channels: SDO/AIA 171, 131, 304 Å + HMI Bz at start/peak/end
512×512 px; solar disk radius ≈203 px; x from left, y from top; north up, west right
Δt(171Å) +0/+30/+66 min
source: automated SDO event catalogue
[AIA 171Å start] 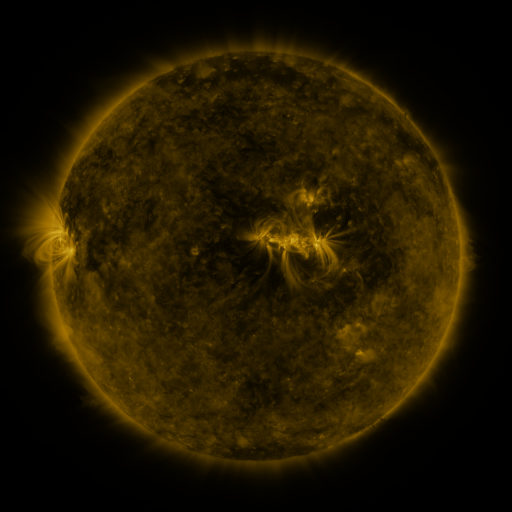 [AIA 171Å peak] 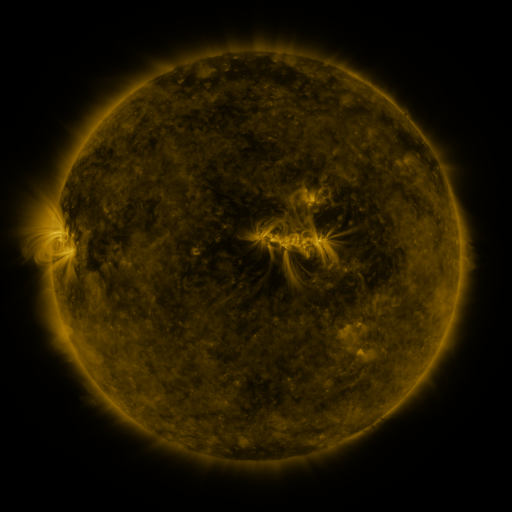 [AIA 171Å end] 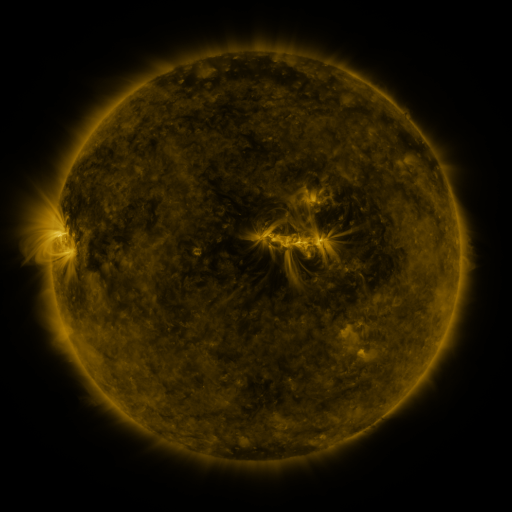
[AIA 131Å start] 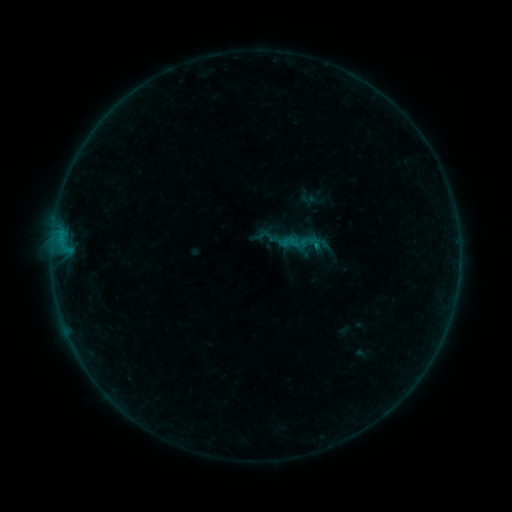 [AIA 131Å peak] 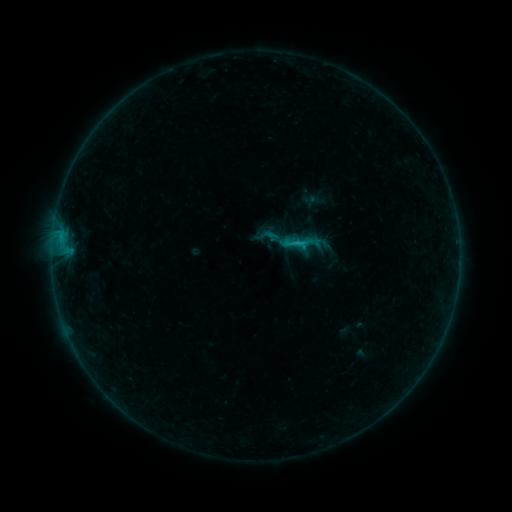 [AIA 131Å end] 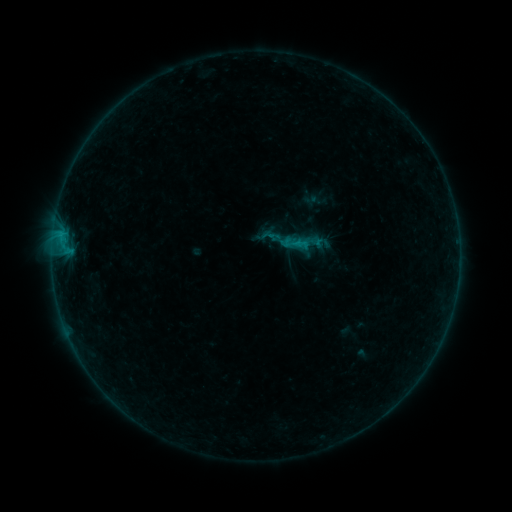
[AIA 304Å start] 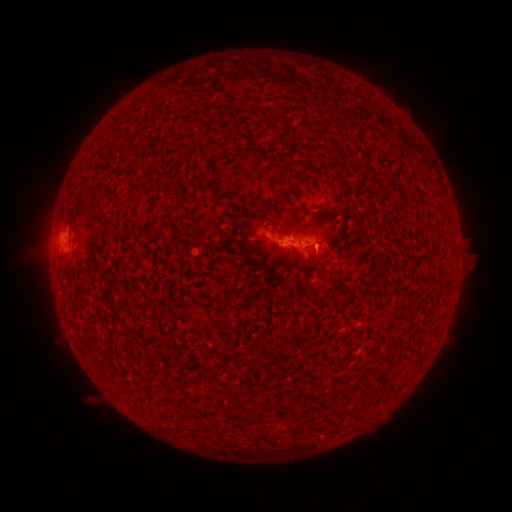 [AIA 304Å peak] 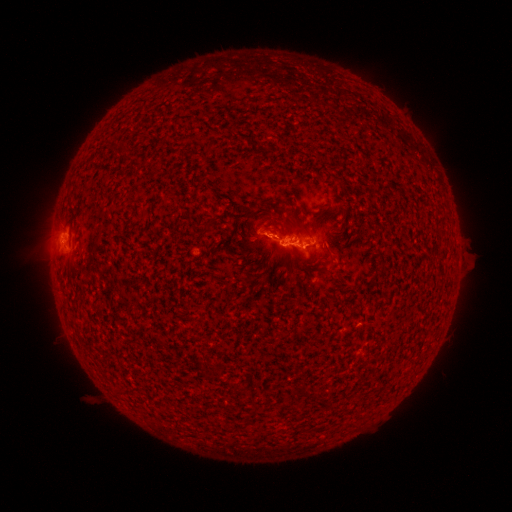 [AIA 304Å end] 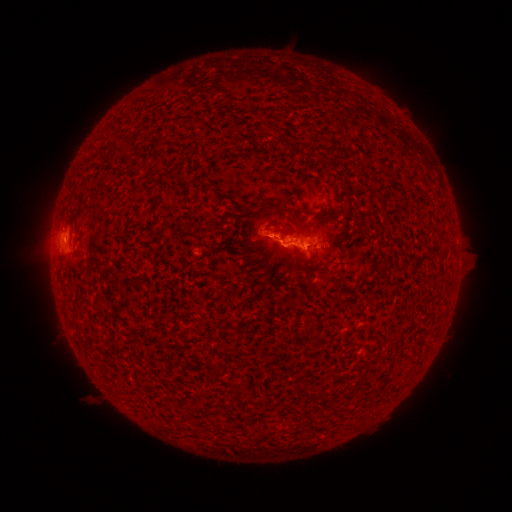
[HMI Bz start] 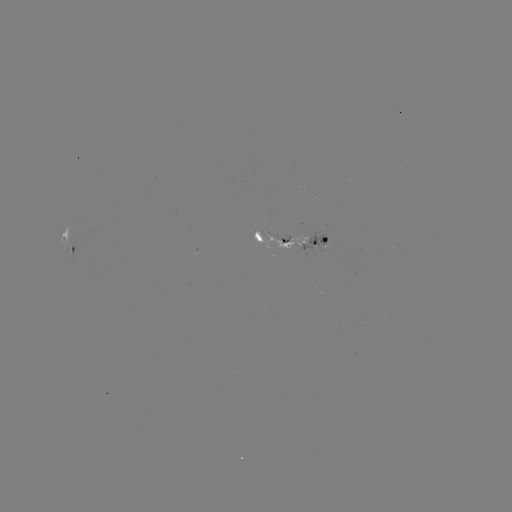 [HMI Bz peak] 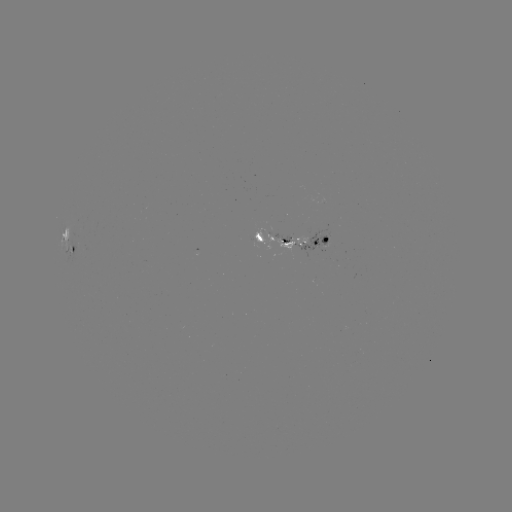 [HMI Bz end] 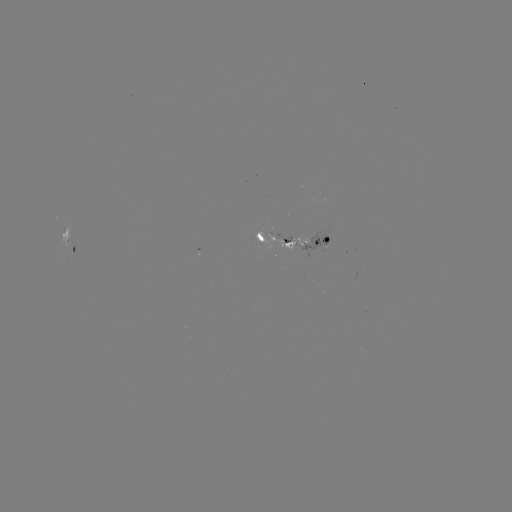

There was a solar flare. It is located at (301, 244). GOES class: B8.6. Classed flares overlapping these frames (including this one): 1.